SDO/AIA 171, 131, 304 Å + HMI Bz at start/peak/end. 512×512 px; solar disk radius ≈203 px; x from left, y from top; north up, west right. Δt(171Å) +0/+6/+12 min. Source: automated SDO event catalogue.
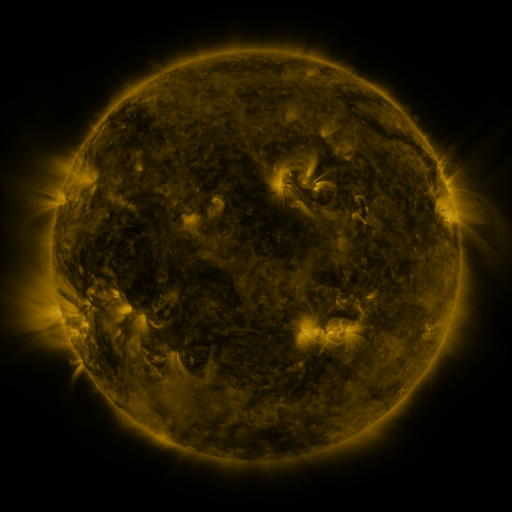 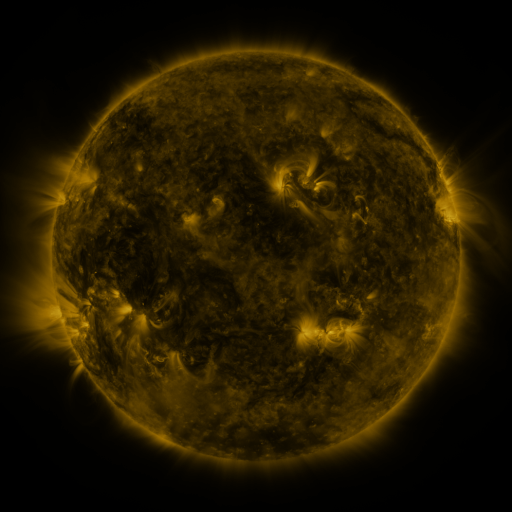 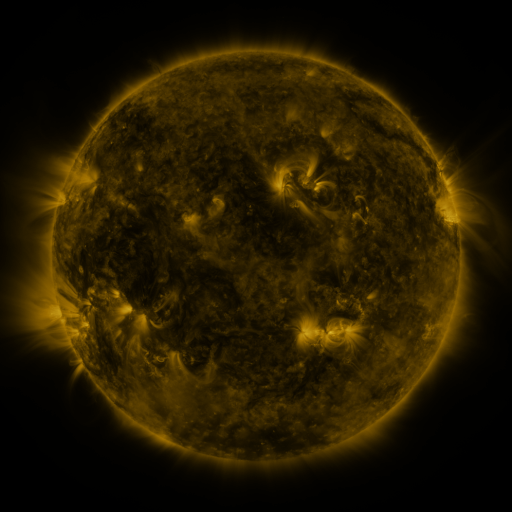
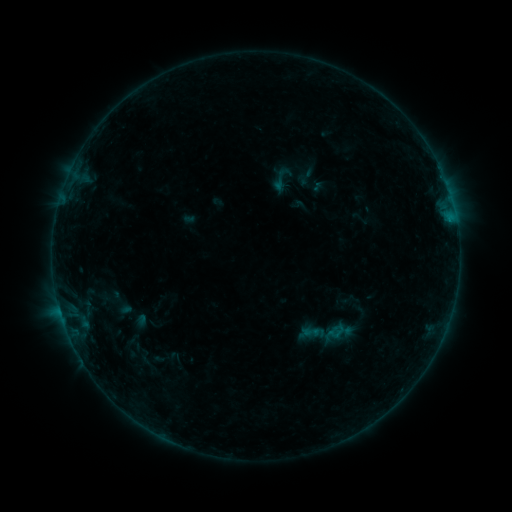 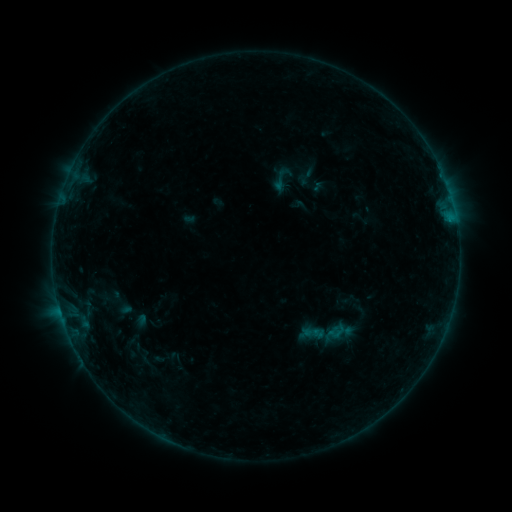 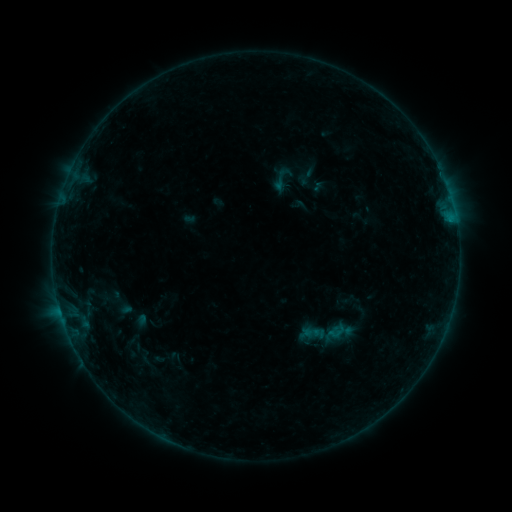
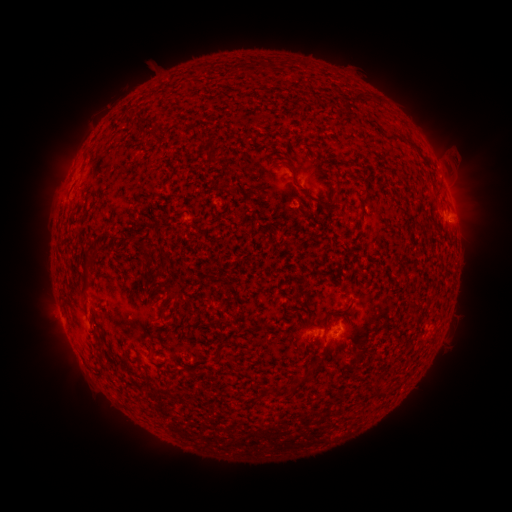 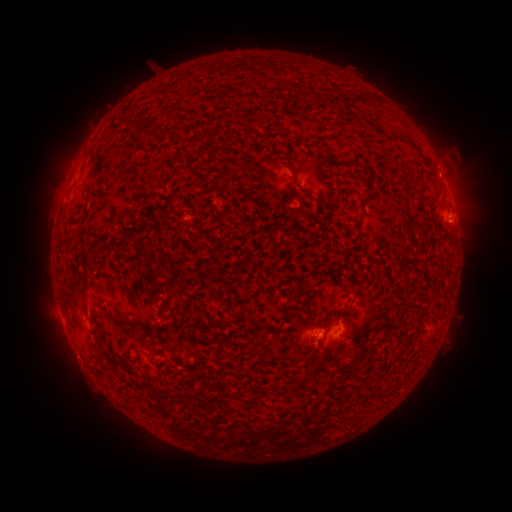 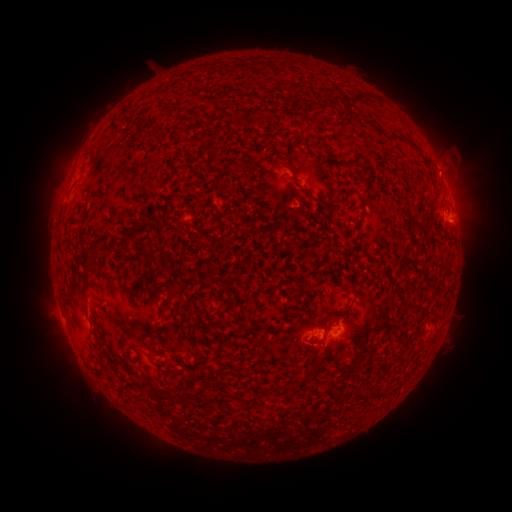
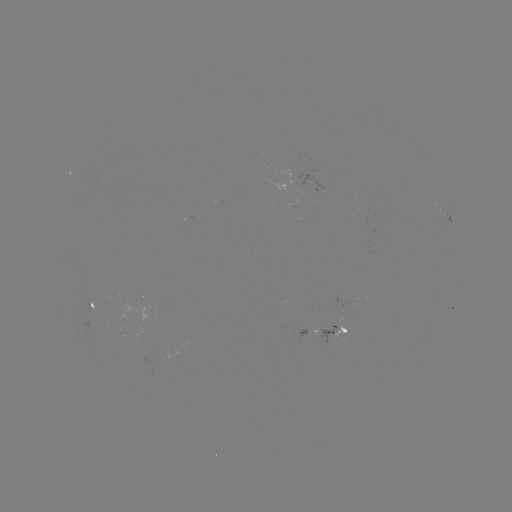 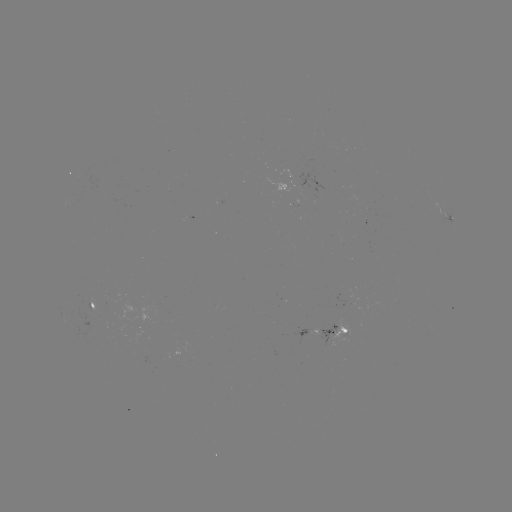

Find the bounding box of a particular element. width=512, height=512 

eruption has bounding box [298, 331, 336, 371].